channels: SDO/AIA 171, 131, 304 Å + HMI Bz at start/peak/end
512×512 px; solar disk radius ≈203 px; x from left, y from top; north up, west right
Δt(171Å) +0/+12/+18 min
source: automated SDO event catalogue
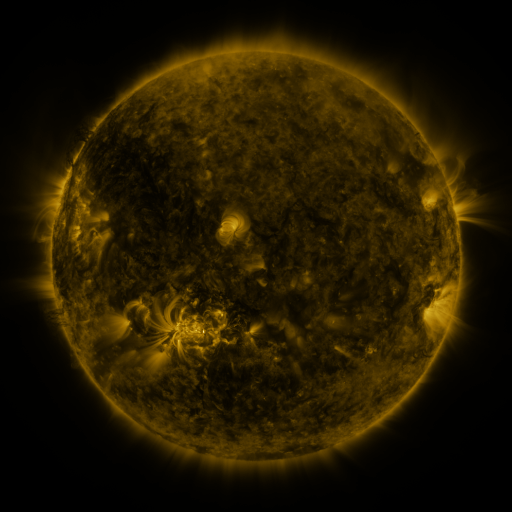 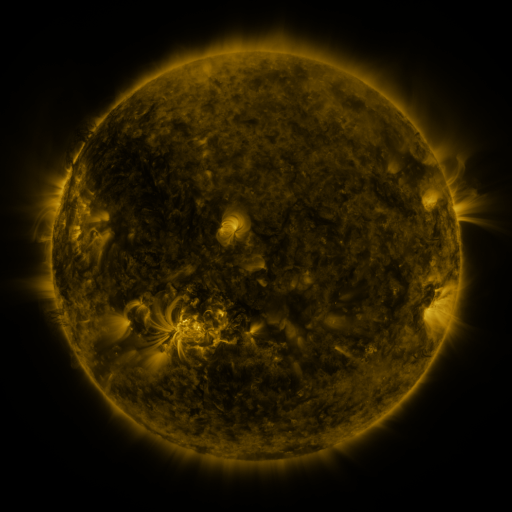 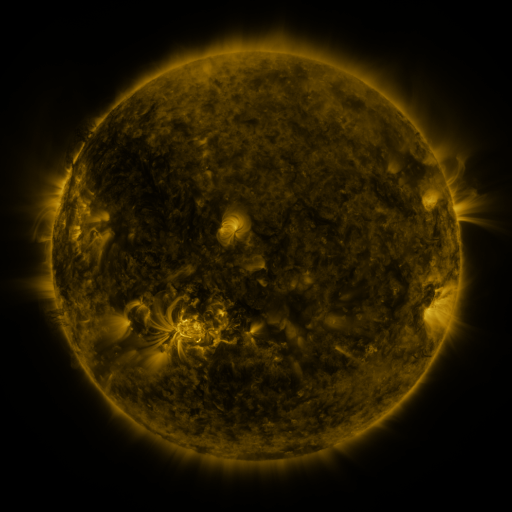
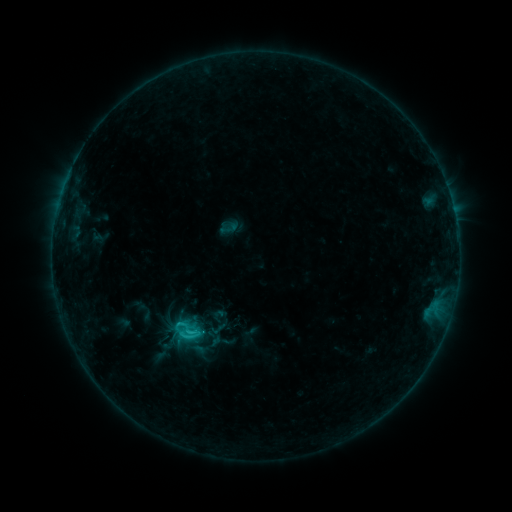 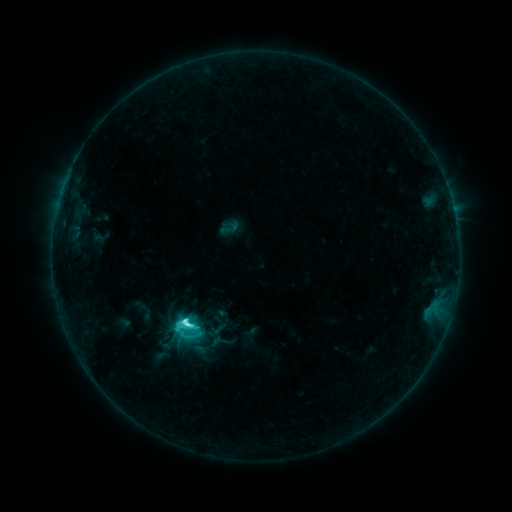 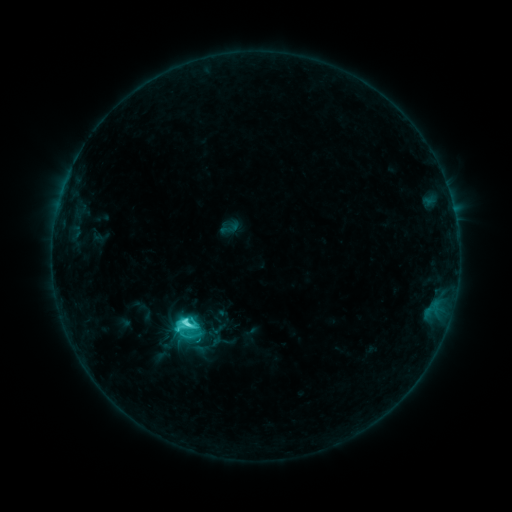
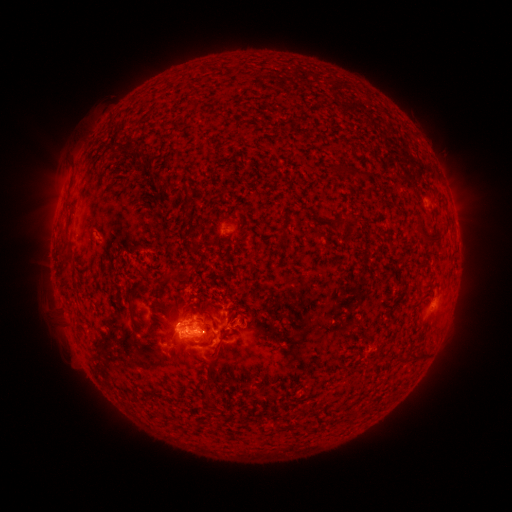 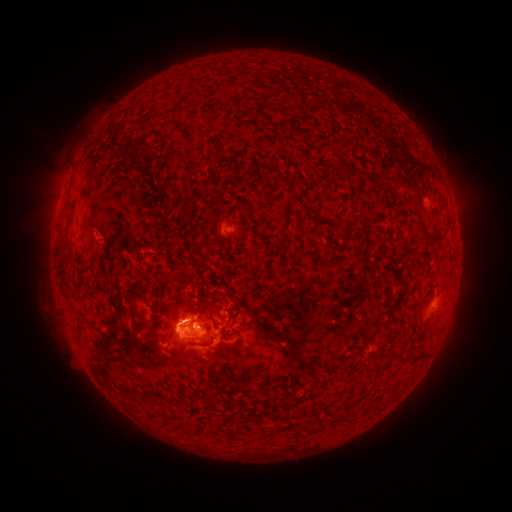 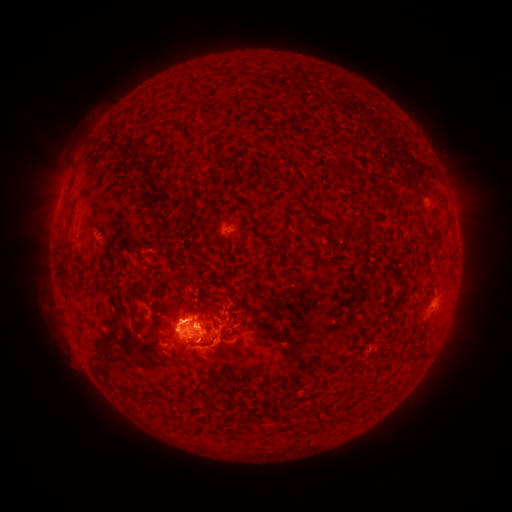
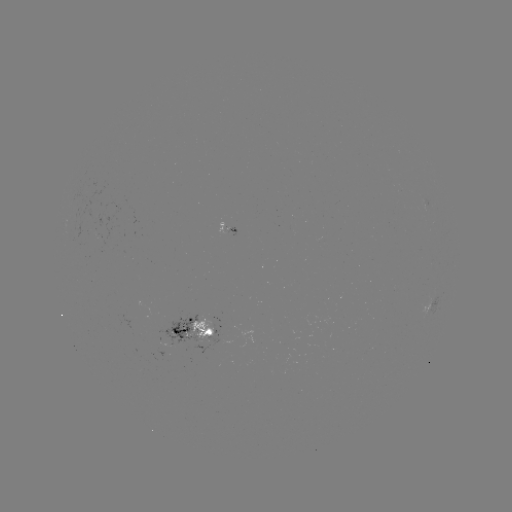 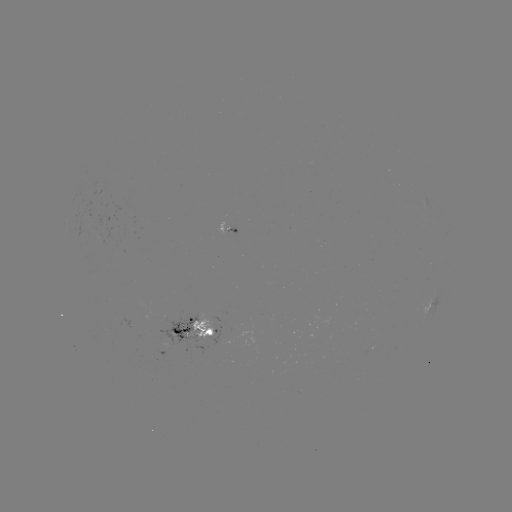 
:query C5.1 flare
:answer [187, 320]